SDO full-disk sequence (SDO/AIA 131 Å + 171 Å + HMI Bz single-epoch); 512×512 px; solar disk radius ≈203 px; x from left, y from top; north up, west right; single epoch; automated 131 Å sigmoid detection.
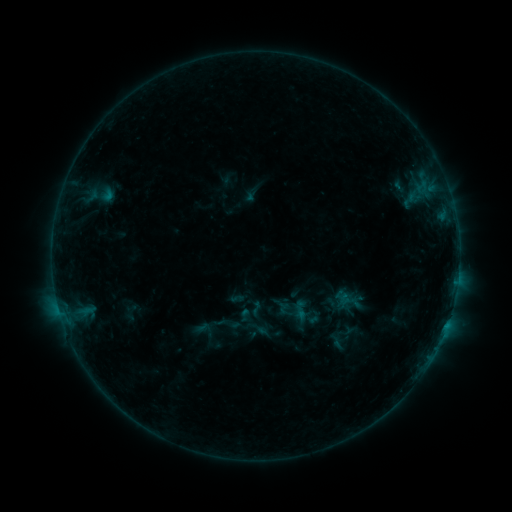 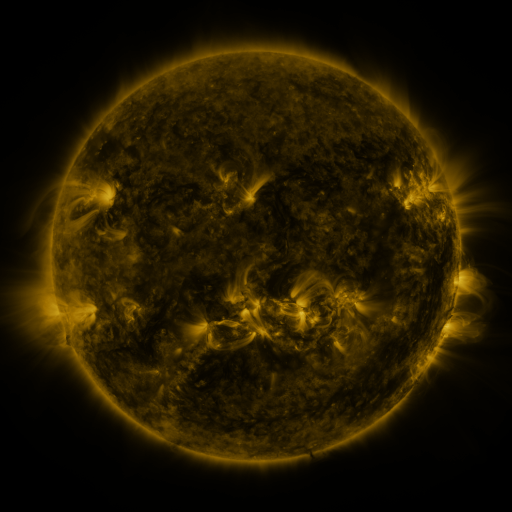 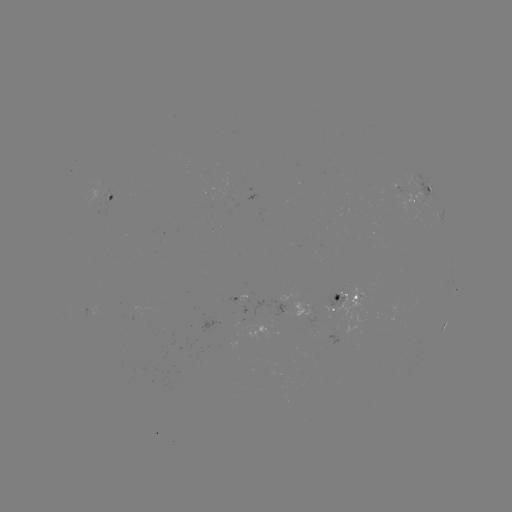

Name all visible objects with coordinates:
sigmoid: (257, 308)
sigmoid: (222, 328)
sigmoid: (205, 330)
